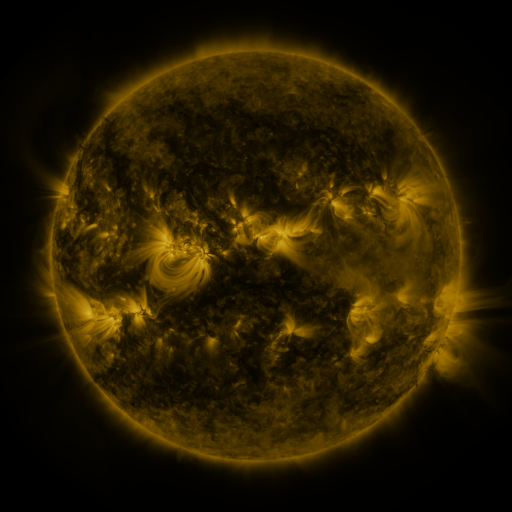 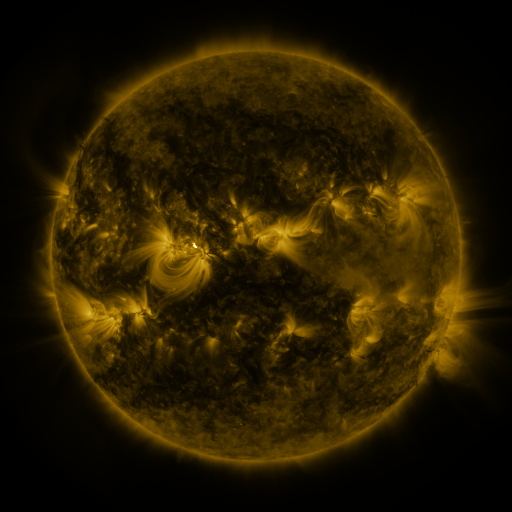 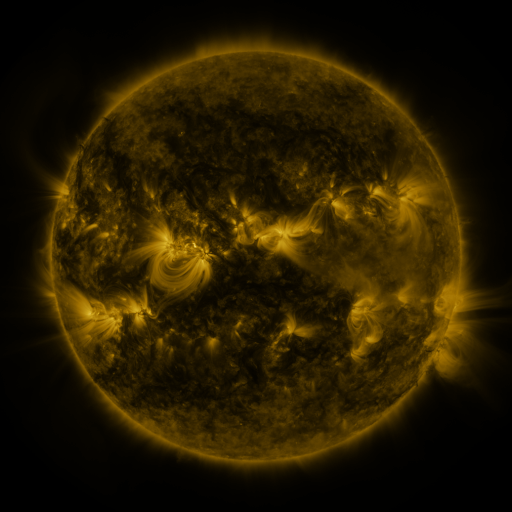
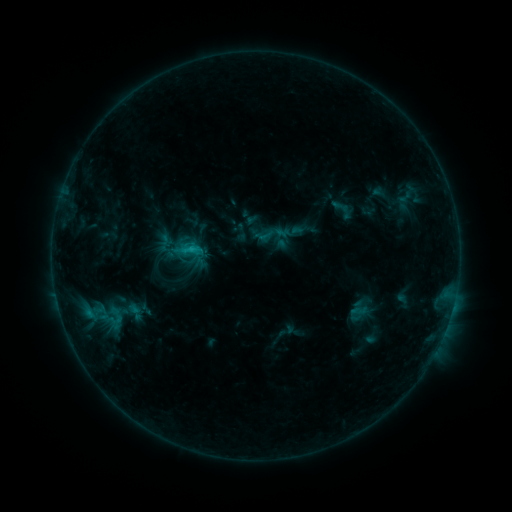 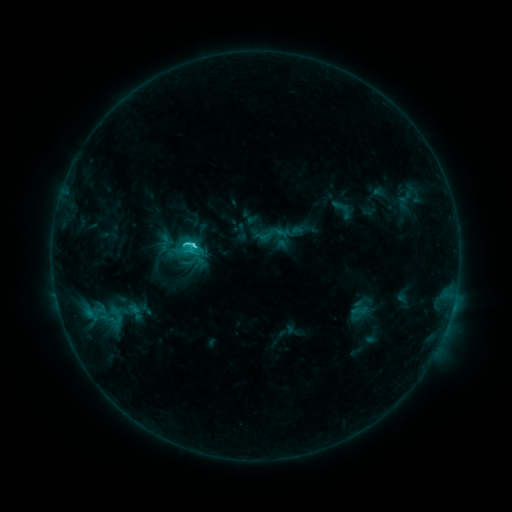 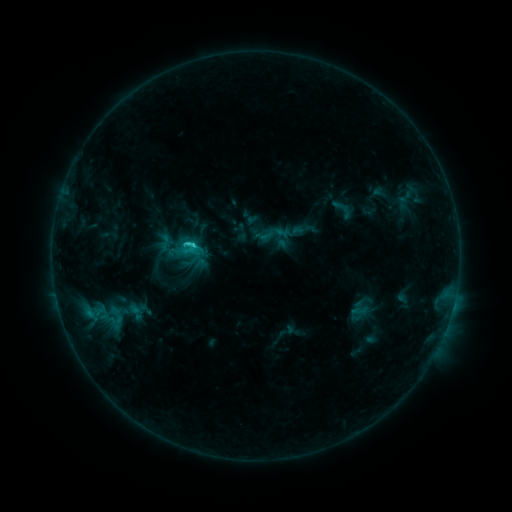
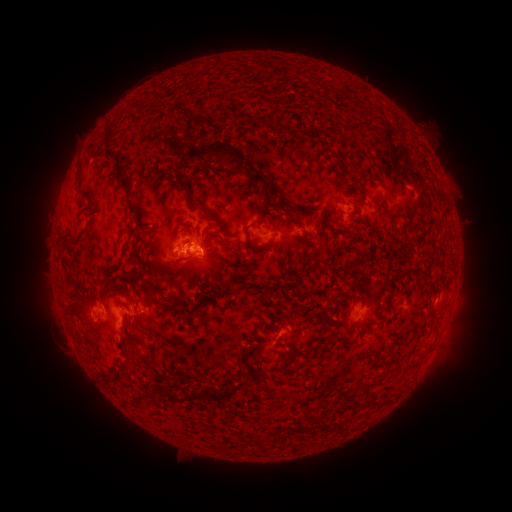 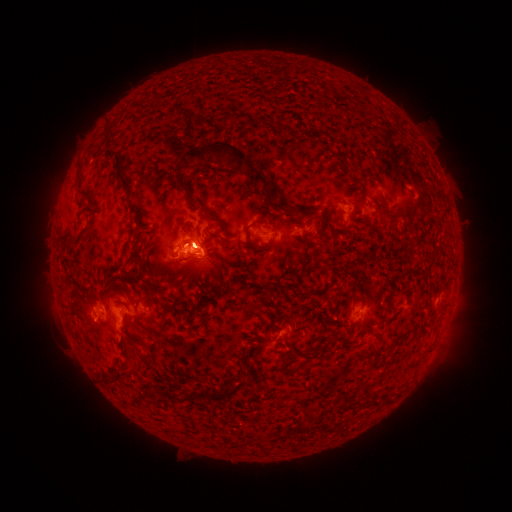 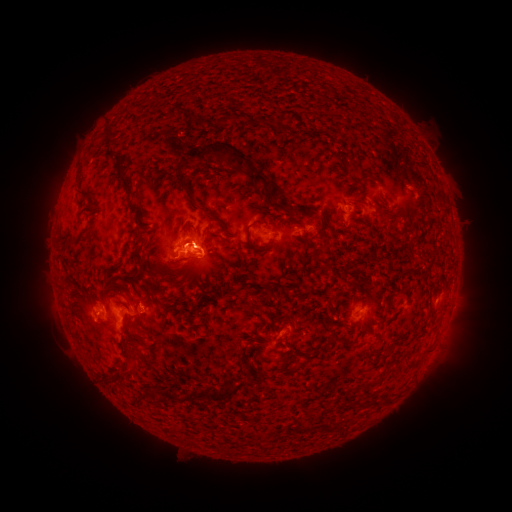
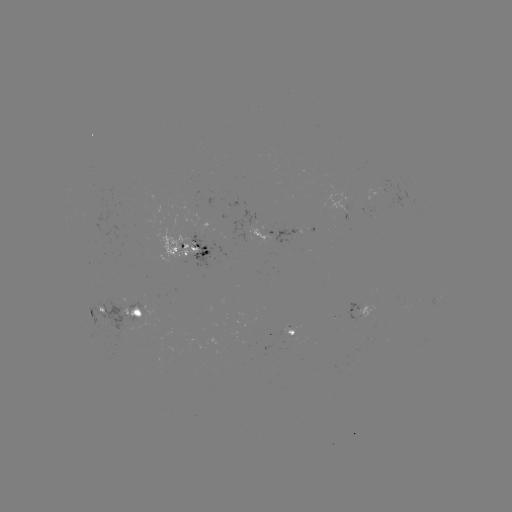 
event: flare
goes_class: C2.7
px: (190, 245)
